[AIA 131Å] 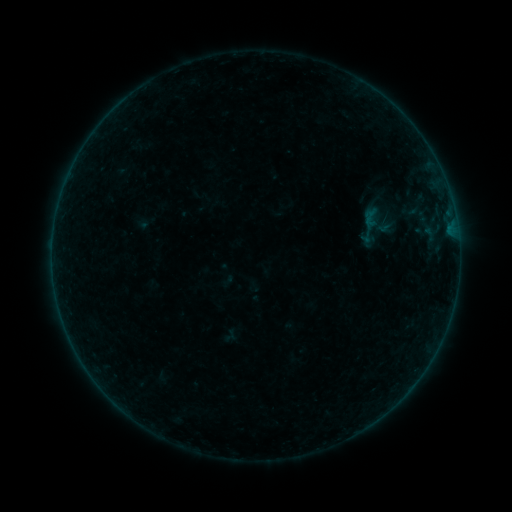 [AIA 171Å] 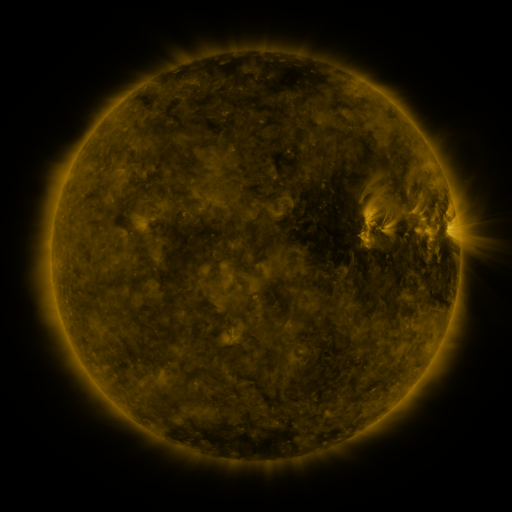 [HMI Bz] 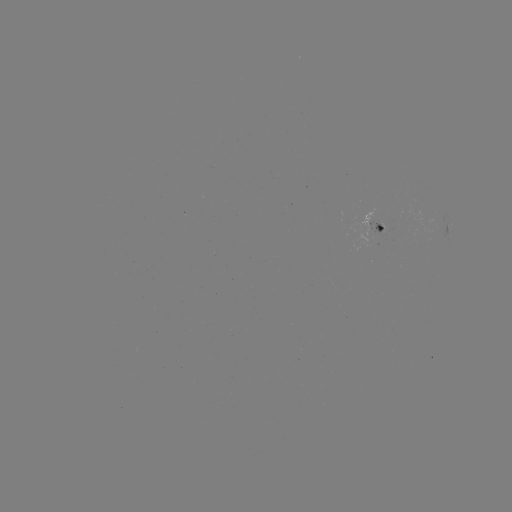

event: sigmoid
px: (370, 218)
